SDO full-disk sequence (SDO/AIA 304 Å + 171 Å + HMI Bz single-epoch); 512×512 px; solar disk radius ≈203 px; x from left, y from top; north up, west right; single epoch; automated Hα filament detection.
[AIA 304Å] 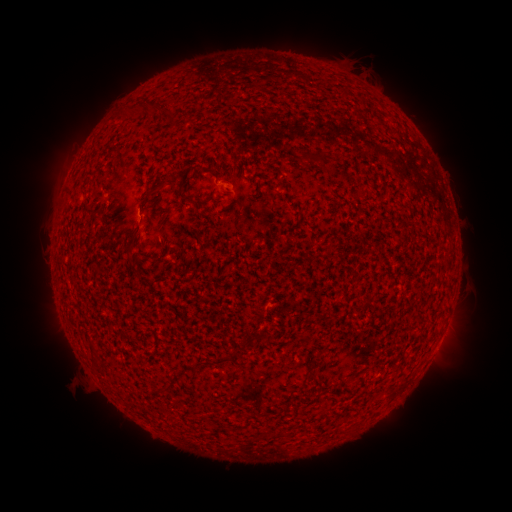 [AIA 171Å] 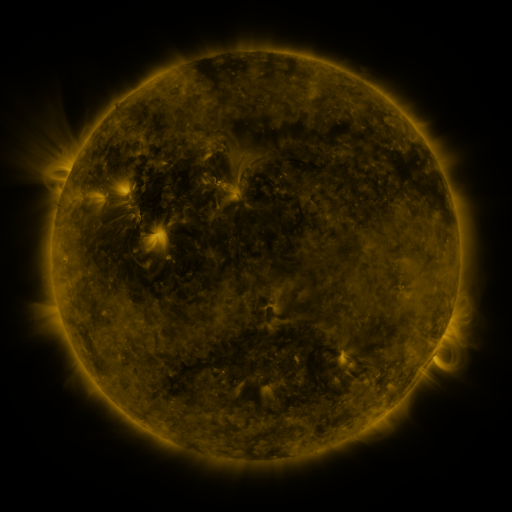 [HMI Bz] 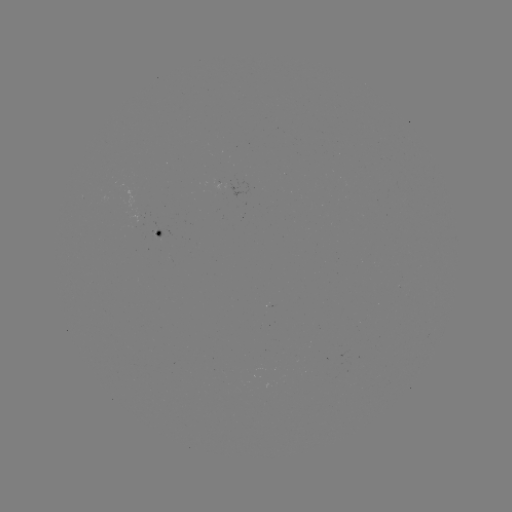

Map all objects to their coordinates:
filament: (321, 161)
filament: (165, 182)
filament: (185, 197)
